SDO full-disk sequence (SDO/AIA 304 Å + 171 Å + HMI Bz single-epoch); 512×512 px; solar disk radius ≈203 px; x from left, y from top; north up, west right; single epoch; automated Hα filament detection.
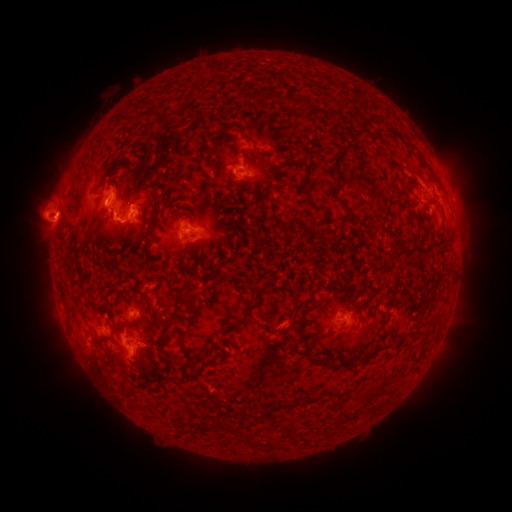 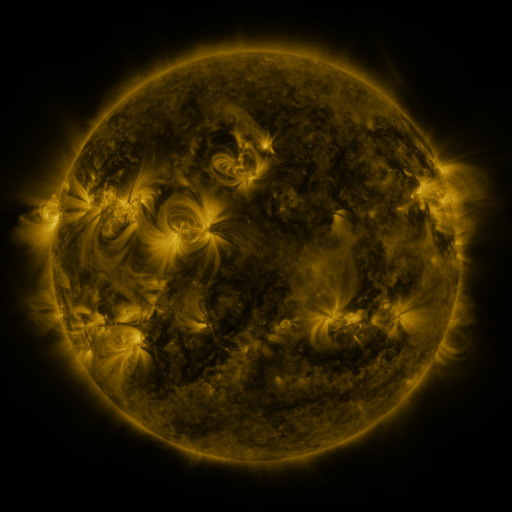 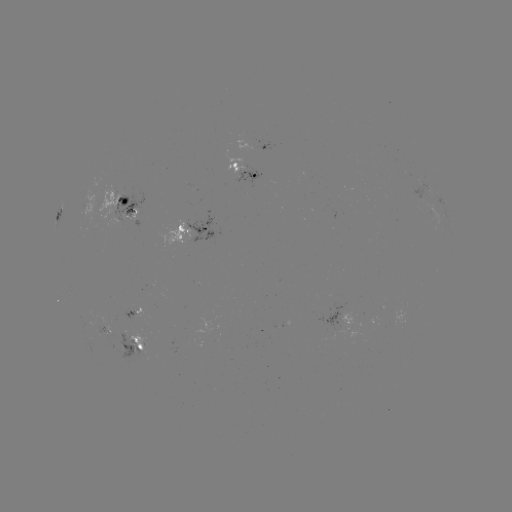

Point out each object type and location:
filament: (299, 103)
filament: (287, 163)
filament: (132, 164)
filament: (307, 180)
filament: (431, 198)
filament: (347, 209)
filament: (289, 224)
filament: (150, 228)
filament: (317, 230)
filament: (65, 300)
filament: (190, 300)
filament: (369, 310)
filament: (249, 311)
filament: (418, 329)
filament: (325, 334)
filament: (213, 342)
filament: (189, 361)
filament: (326, 362)
filament: (346, 362)
filament: (166, 364)
filament: (371, 395)
filament: (334, 399)
